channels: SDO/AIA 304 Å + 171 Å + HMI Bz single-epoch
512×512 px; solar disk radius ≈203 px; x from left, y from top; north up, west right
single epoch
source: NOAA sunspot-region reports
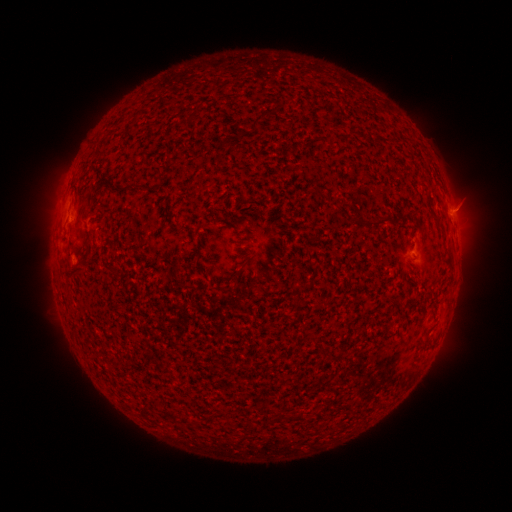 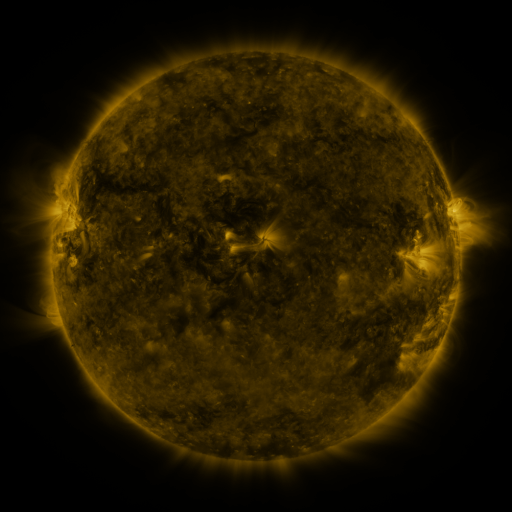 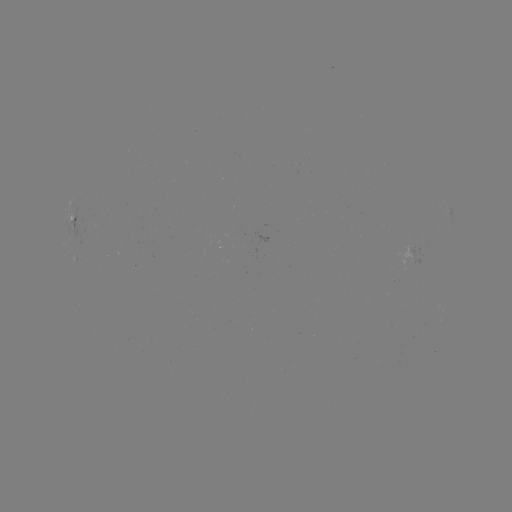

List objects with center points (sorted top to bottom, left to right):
spotted active region: (75, 217)
